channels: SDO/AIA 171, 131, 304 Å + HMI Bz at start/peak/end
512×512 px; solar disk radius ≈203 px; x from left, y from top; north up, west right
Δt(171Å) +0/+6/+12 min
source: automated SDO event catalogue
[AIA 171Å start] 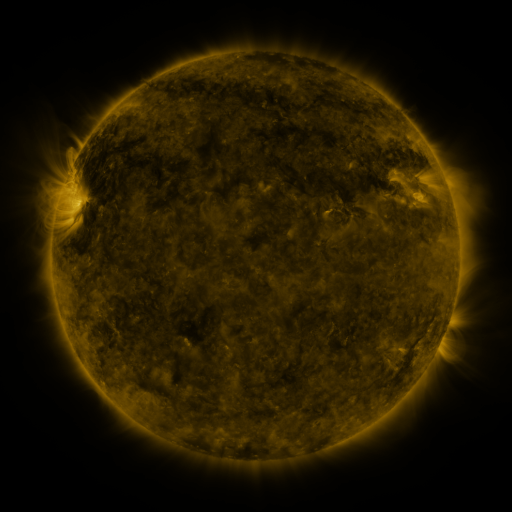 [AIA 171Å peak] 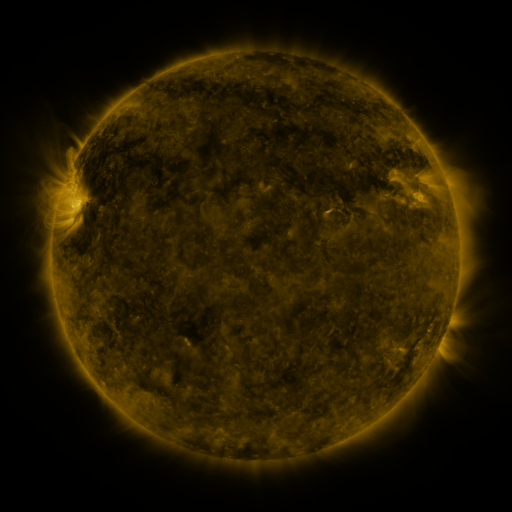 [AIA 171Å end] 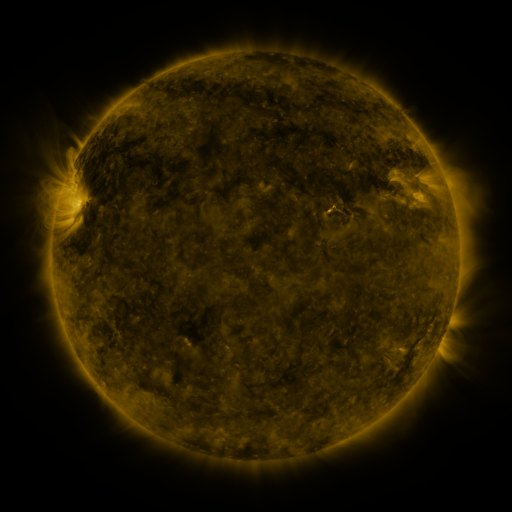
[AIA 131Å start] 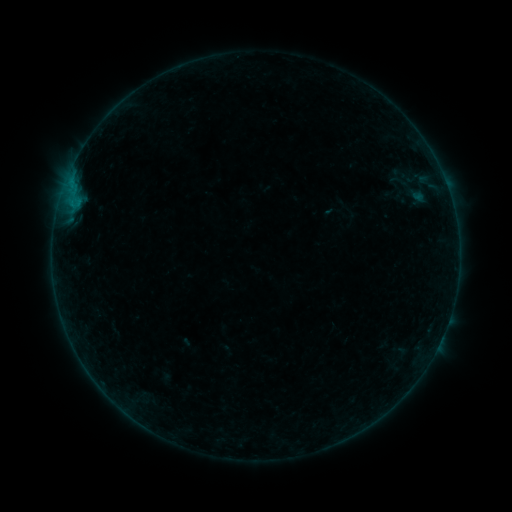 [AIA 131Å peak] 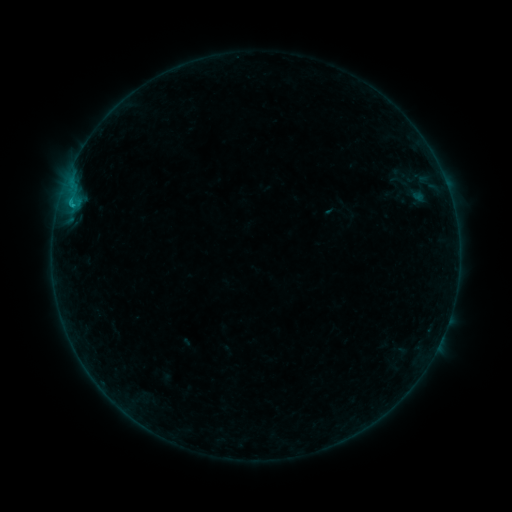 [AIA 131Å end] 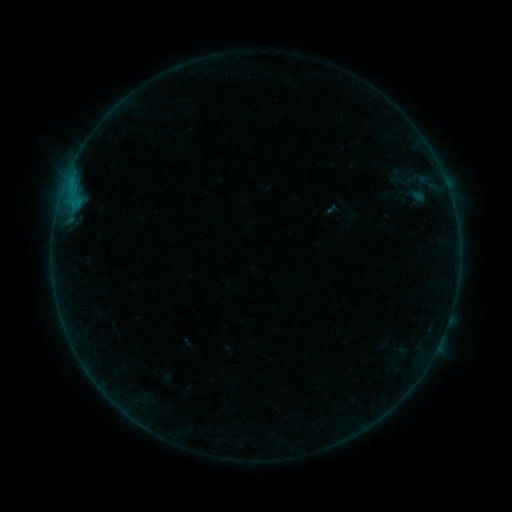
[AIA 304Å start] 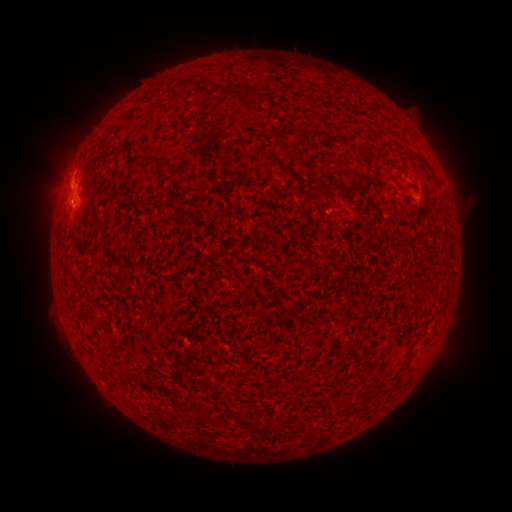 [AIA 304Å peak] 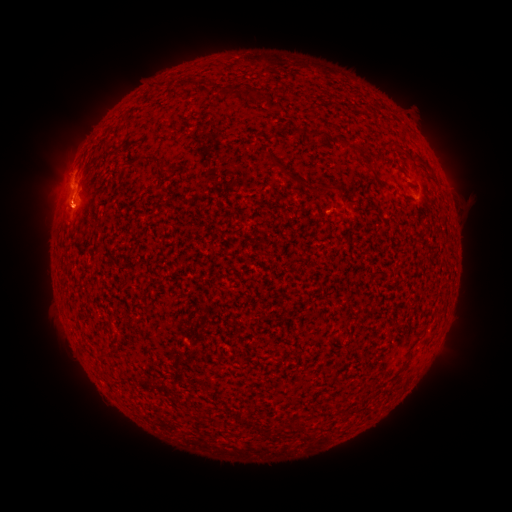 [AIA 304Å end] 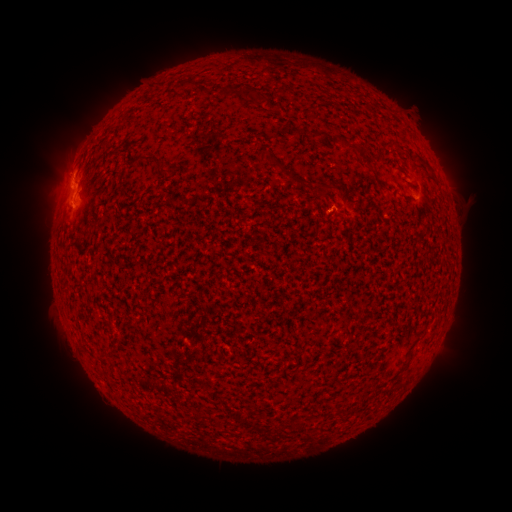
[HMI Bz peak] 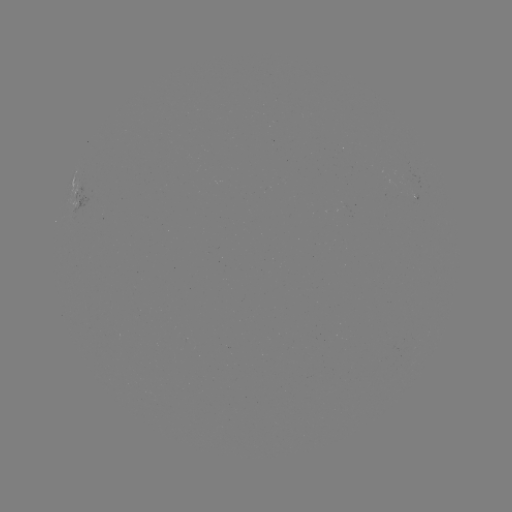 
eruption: (31, 173, 86, 237)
